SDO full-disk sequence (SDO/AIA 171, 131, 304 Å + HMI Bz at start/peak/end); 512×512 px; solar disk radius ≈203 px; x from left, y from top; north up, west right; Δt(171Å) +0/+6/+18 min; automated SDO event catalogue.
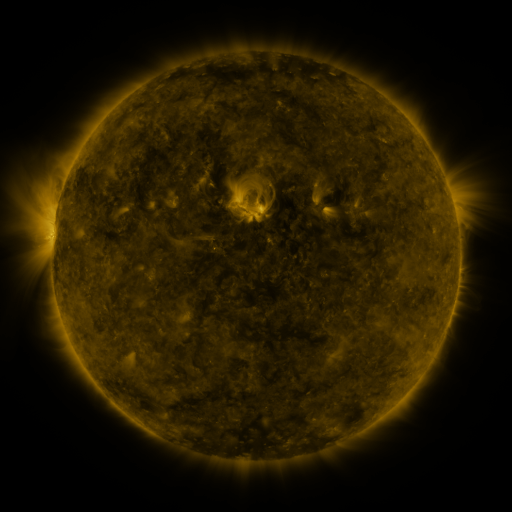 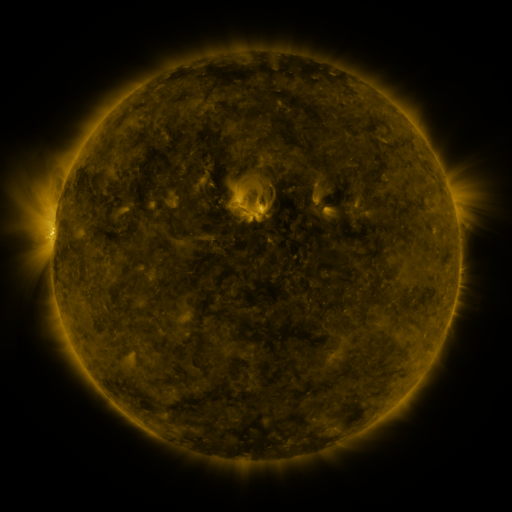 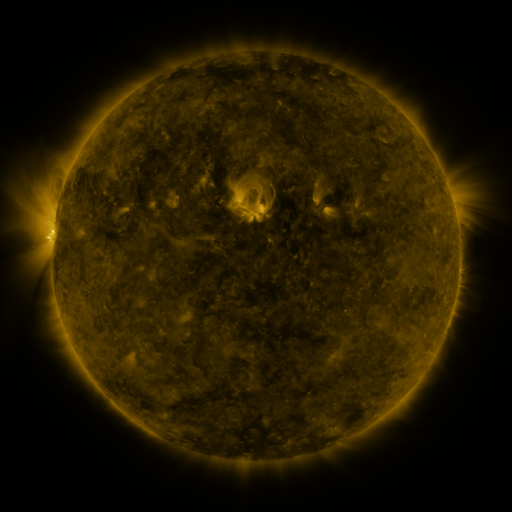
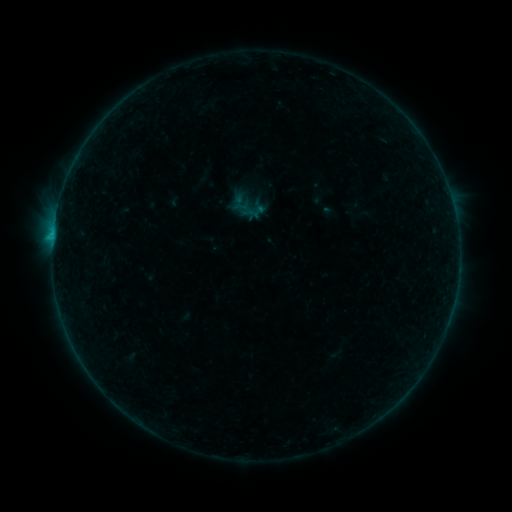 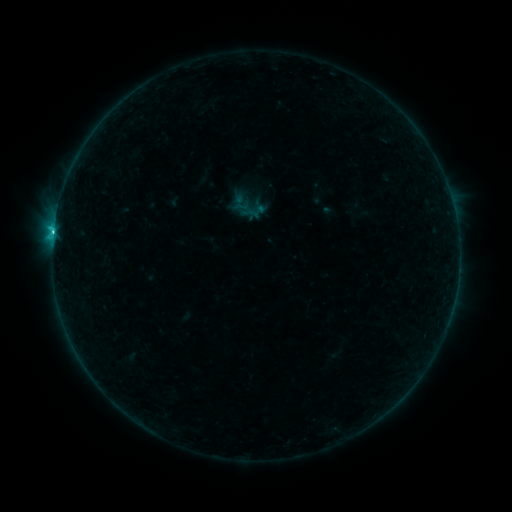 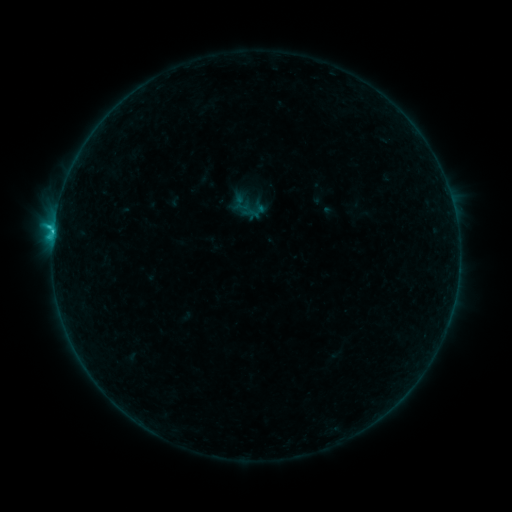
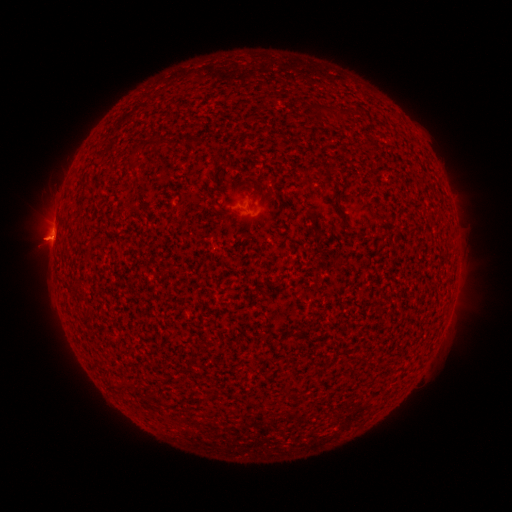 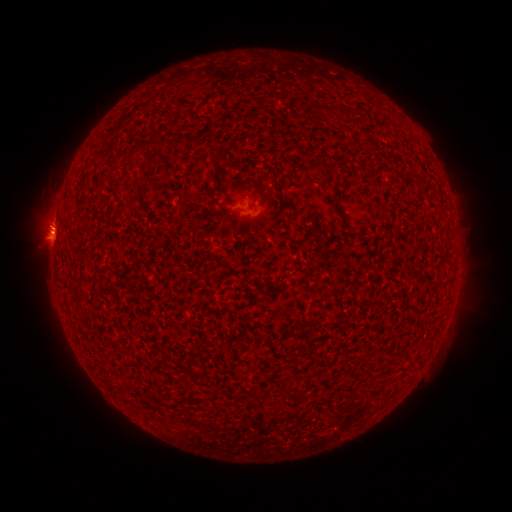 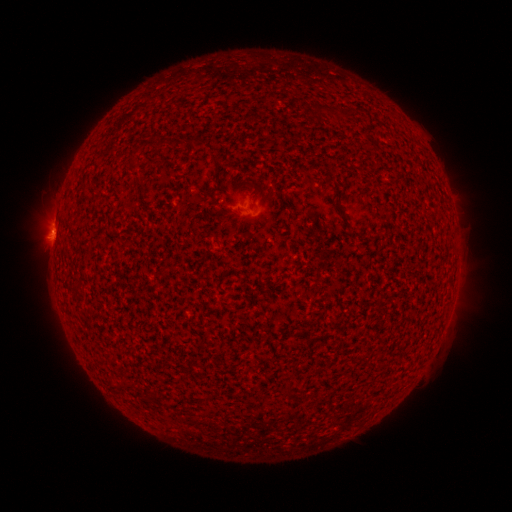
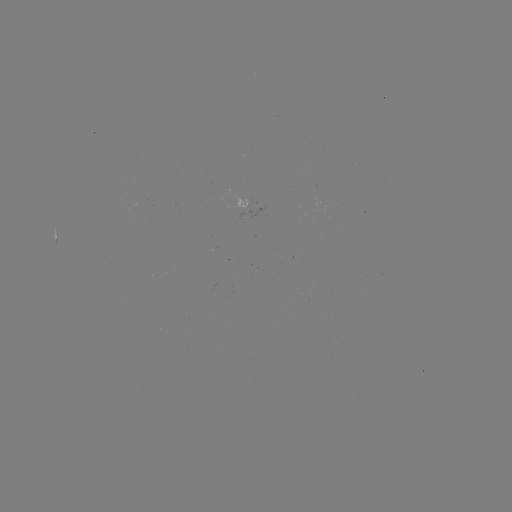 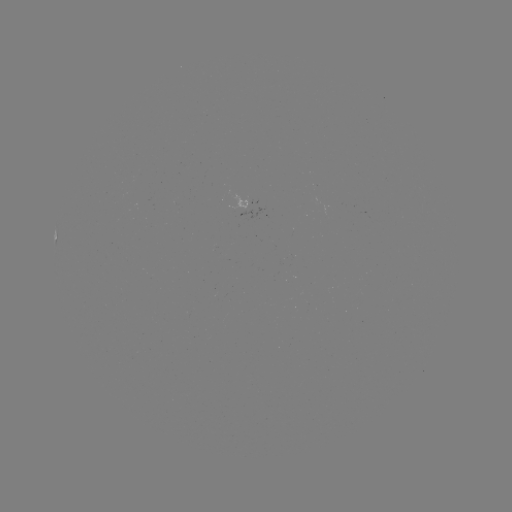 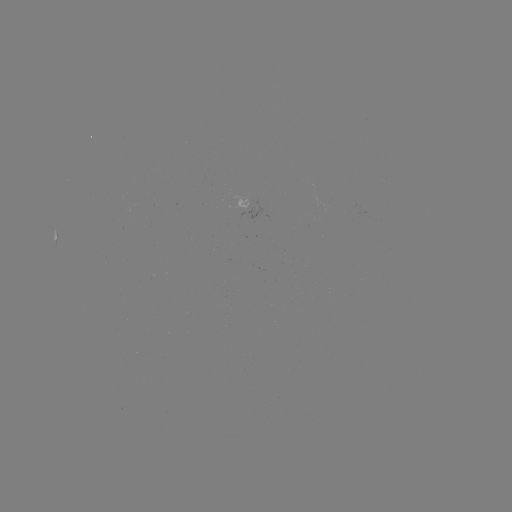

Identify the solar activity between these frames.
C2.0 flare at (53, 234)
